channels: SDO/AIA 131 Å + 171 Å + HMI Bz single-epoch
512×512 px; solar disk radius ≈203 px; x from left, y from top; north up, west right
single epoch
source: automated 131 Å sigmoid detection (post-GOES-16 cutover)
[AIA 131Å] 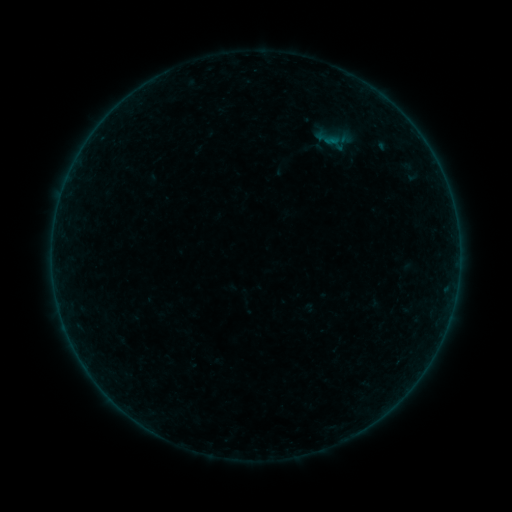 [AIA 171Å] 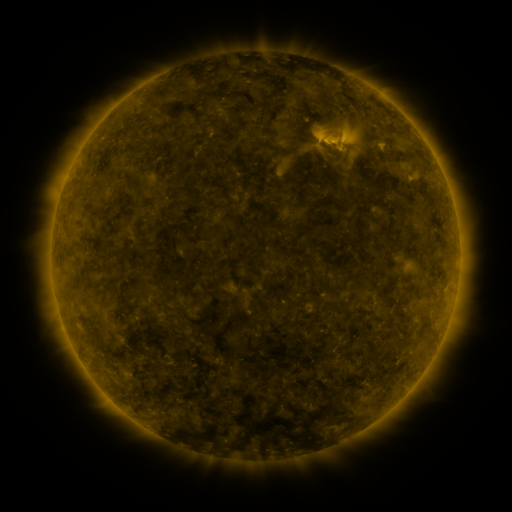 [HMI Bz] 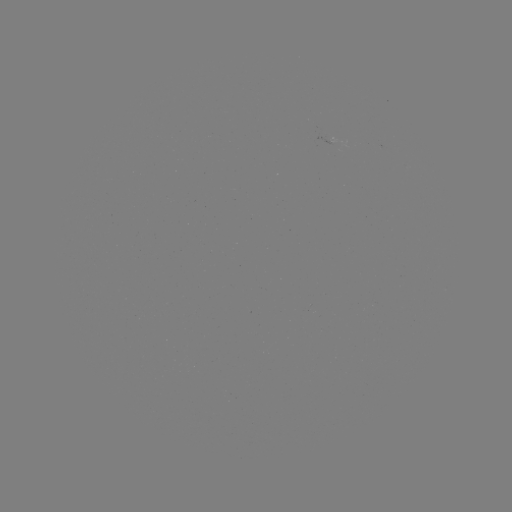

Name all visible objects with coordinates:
sigmoid: (308, 123, 349, 154)
